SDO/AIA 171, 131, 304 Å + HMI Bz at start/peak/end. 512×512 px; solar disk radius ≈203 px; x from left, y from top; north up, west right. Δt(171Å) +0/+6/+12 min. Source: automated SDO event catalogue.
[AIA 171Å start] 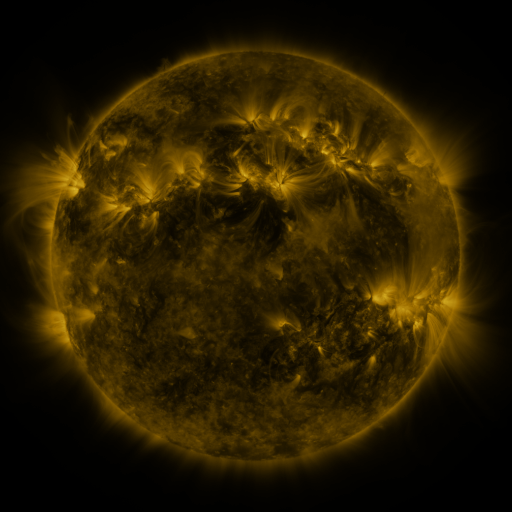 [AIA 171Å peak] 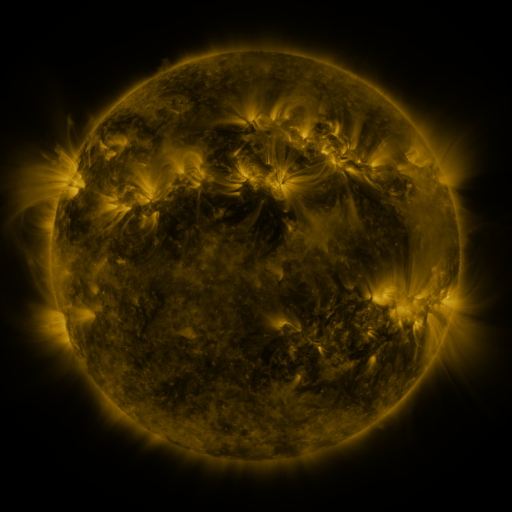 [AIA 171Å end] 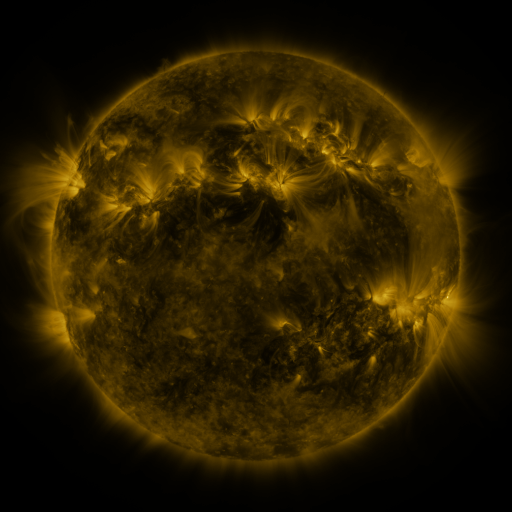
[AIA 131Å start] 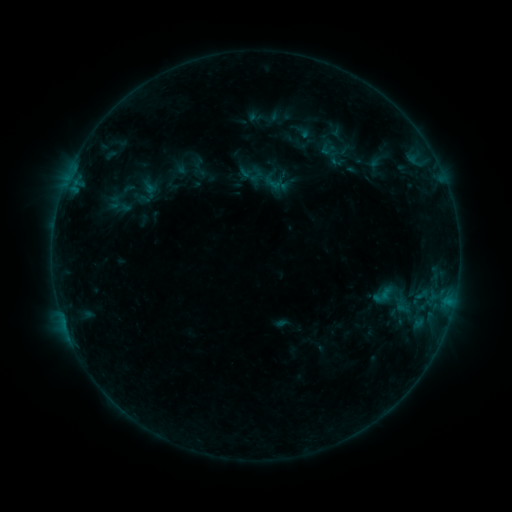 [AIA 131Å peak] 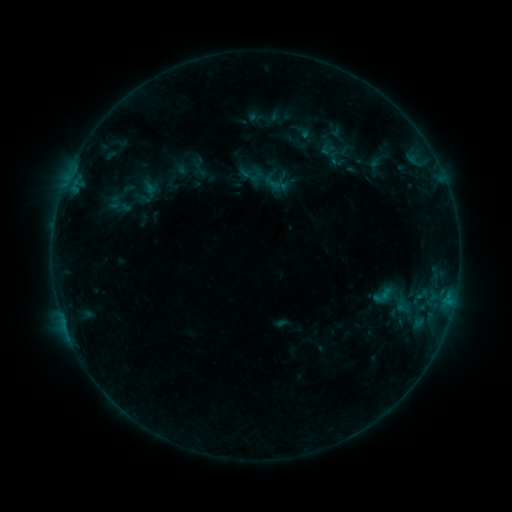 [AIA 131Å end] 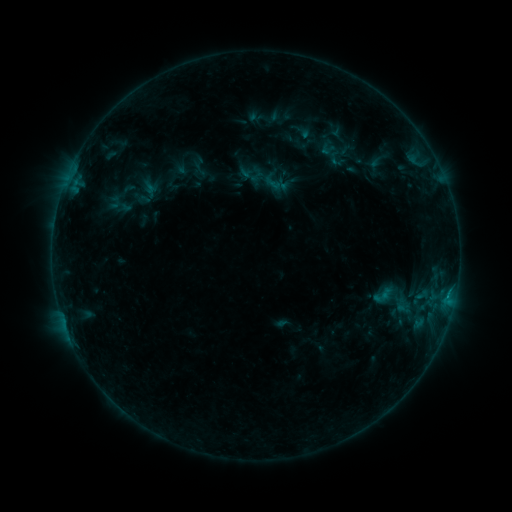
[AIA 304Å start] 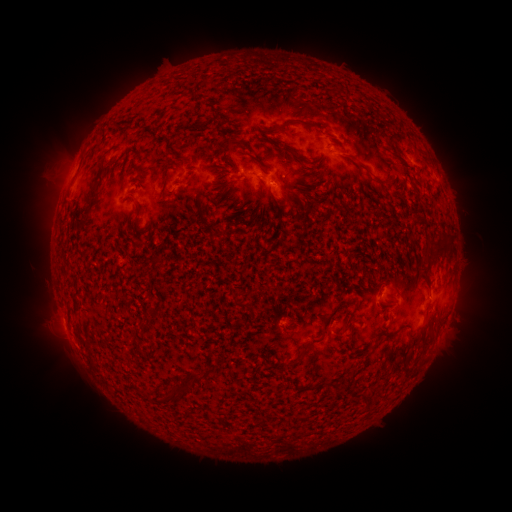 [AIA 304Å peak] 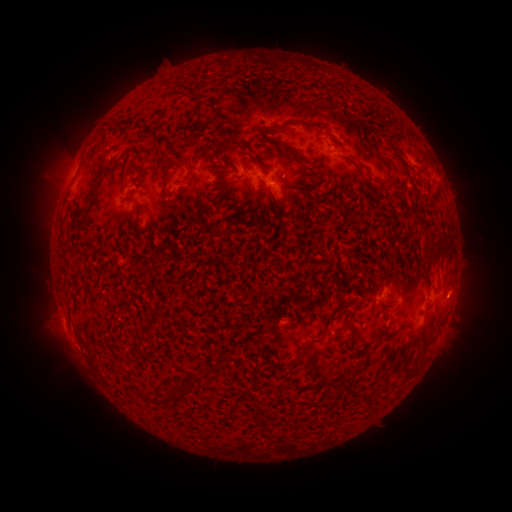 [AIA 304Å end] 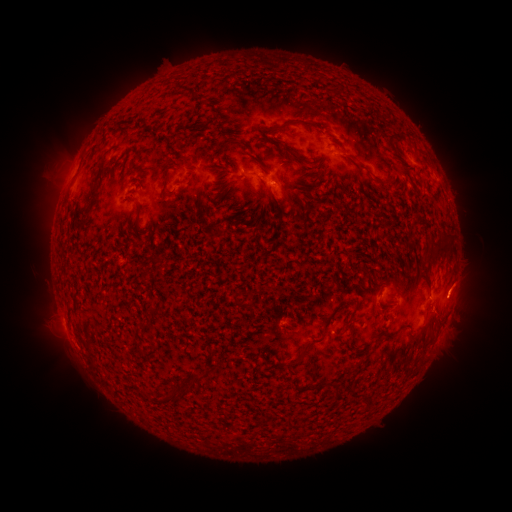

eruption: <bbox>436, 262, 489, 313</bbox>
